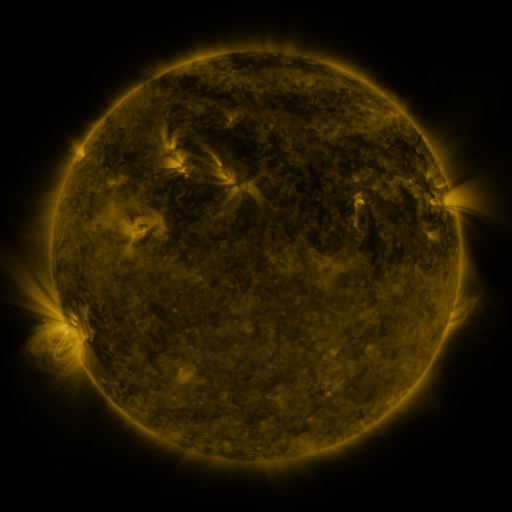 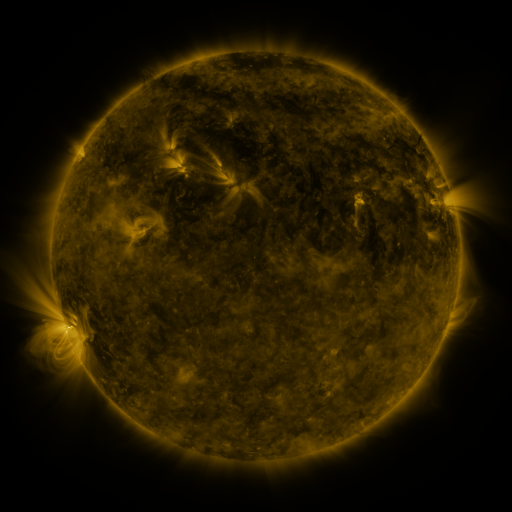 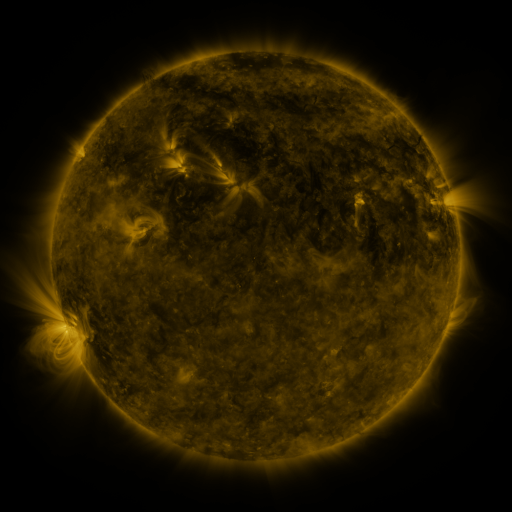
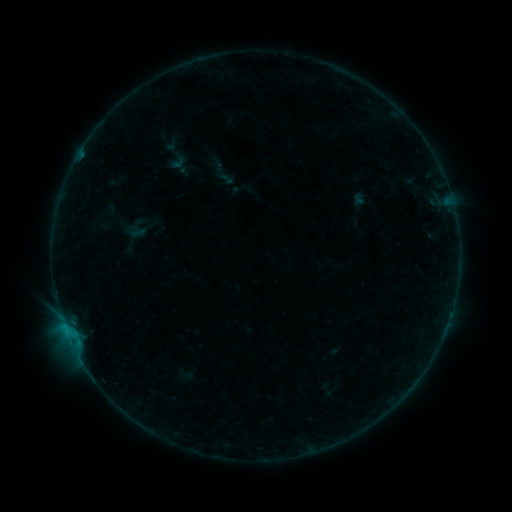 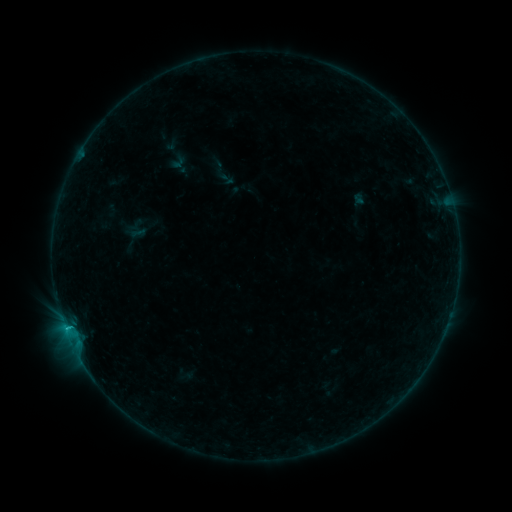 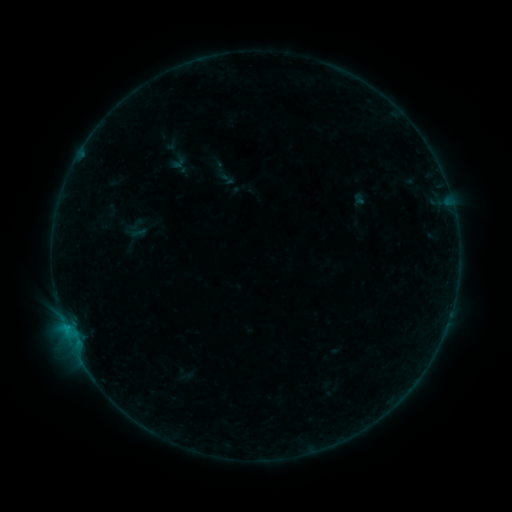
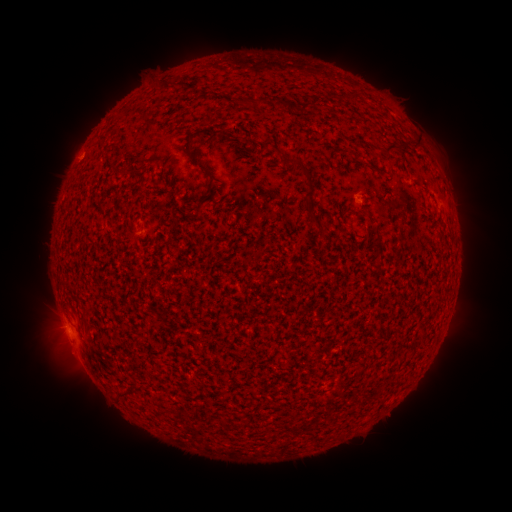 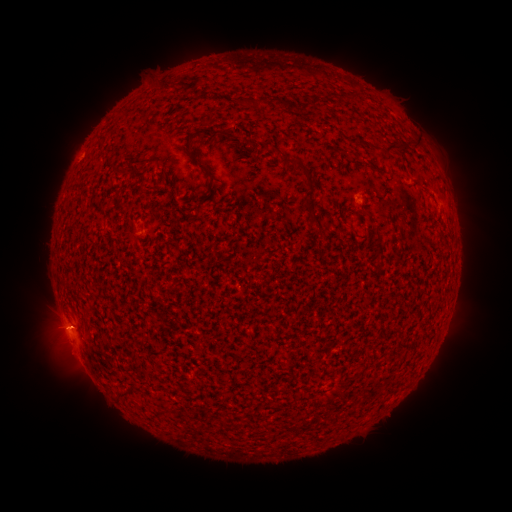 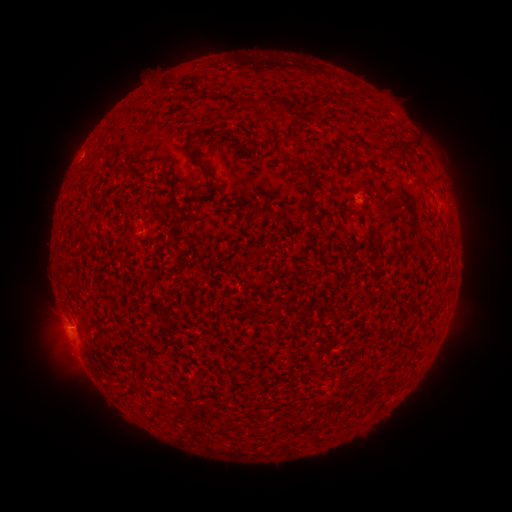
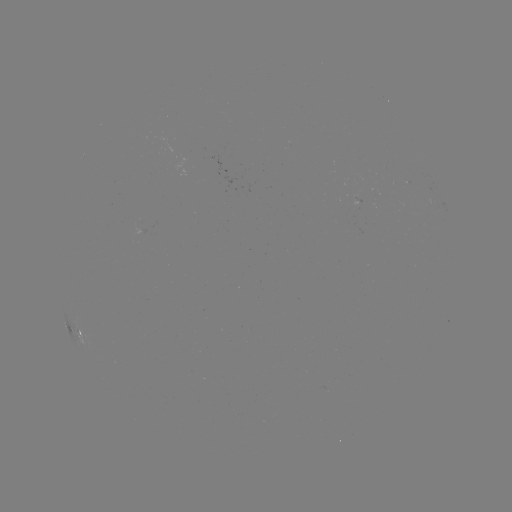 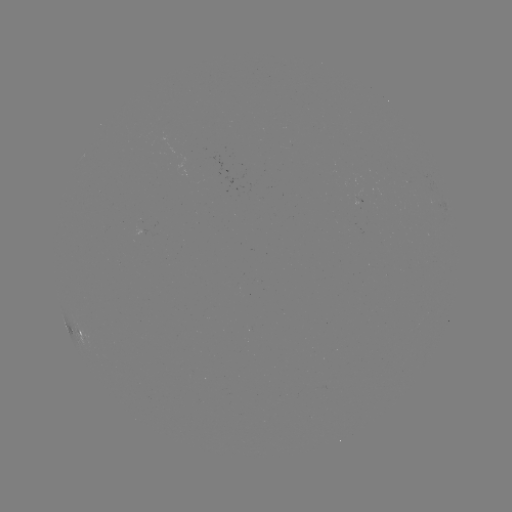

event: flare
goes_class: B3.6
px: (65, 326)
